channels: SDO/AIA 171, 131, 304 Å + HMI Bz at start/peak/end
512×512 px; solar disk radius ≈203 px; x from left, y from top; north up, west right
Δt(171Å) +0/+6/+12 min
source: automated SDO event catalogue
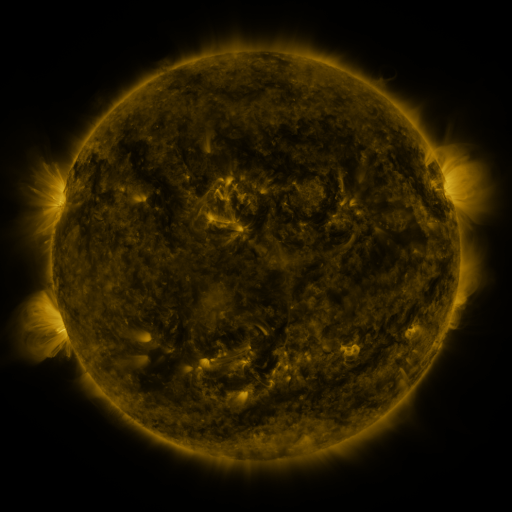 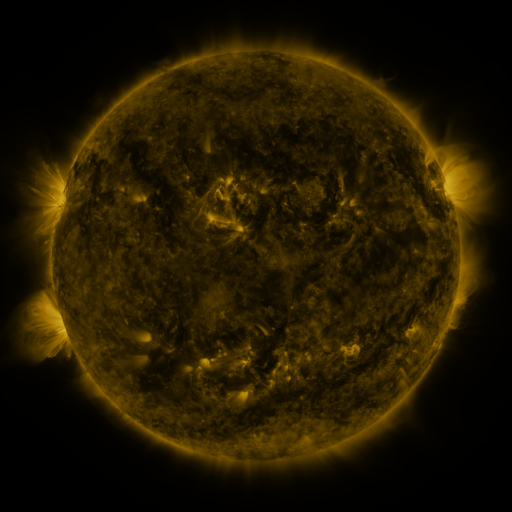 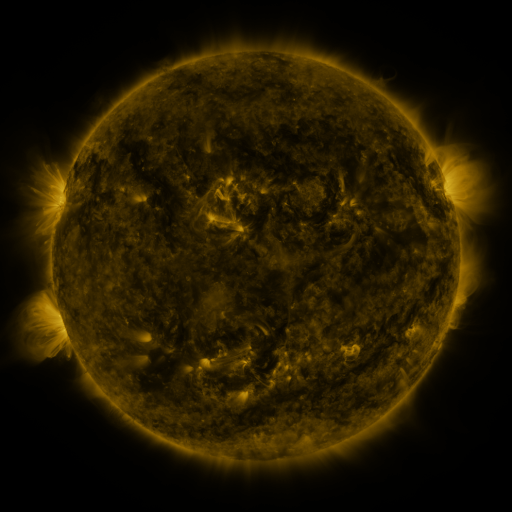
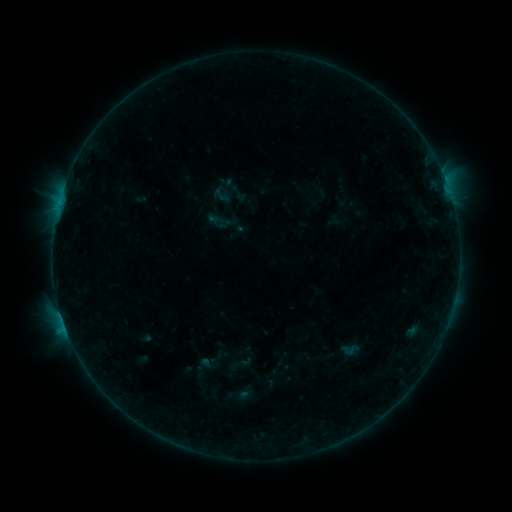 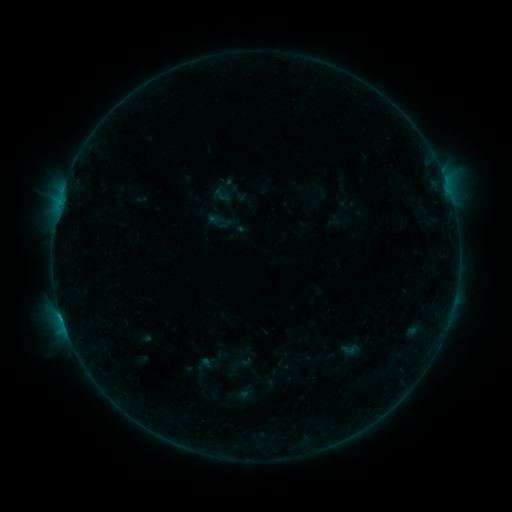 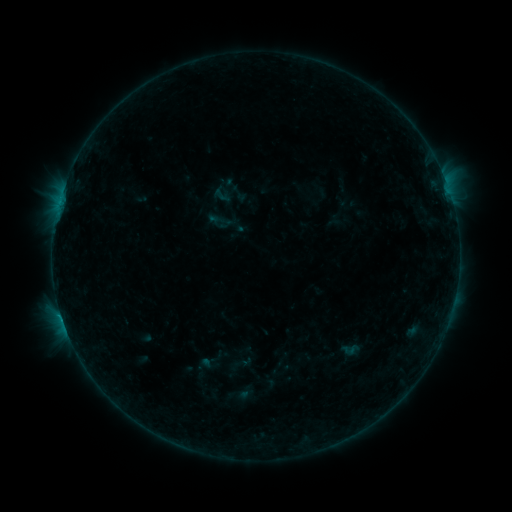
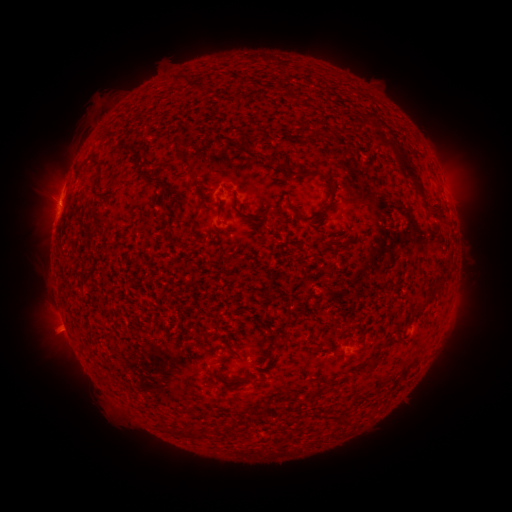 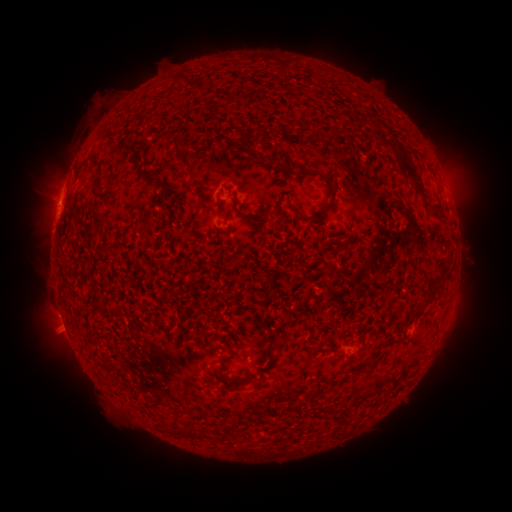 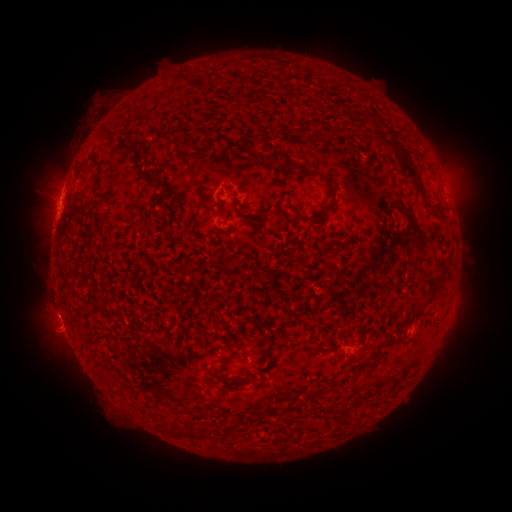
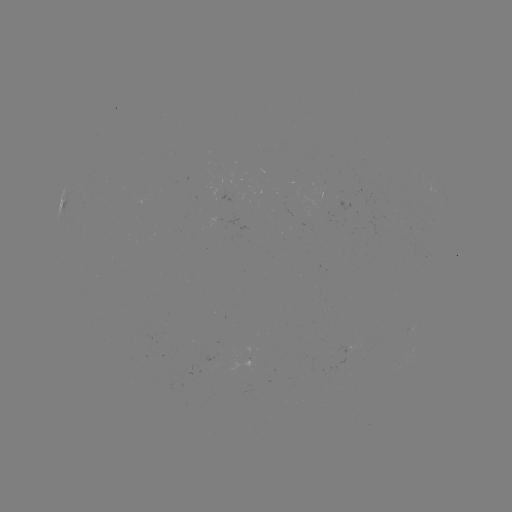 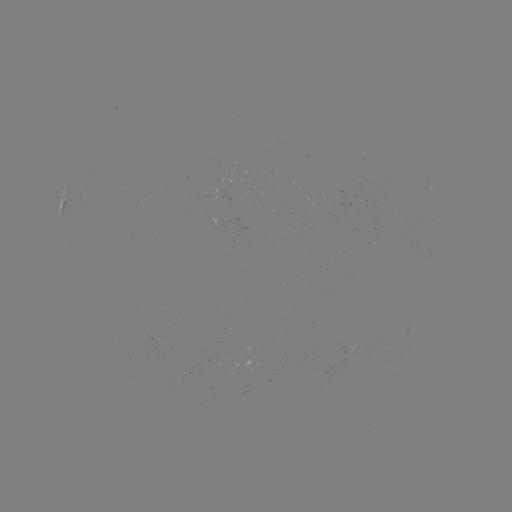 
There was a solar flare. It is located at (61, 316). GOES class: B6.5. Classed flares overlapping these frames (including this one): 1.